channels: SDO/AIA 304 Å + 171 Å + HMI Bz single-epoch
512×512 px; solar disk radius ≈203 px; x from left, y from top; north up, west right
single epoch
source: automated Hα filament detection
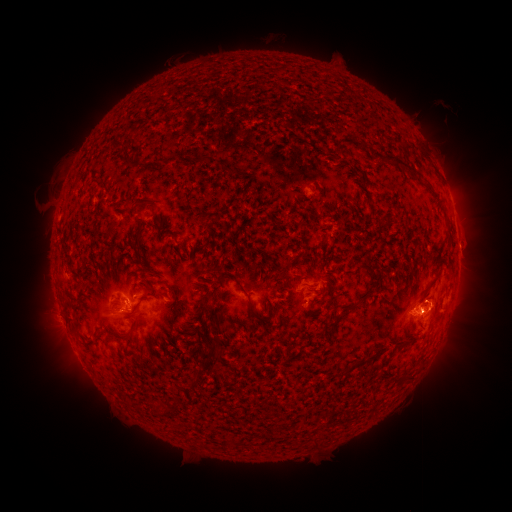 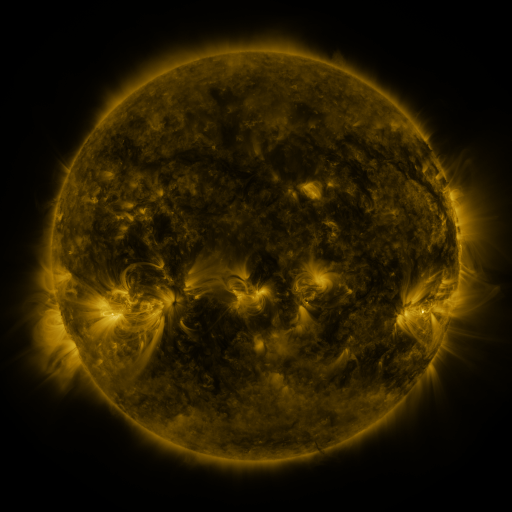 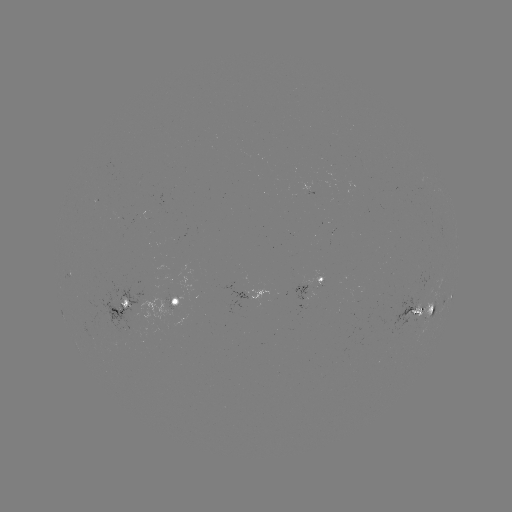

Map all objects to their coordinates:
filament: (256, 105)
filament: (313, 128)
filament: (354, 141)
filament: (118, 147)
filament: (397, 161)
filament: (243, 194)
filament: (144, 203)
filament: (312, 206)
filament: (216, 209)
filament: (281, 212)
filament: (204, 214)
filament: (153, 215)
filament: (339, 215)
filament: (122, 220)
filament: (200, 222)
filament: (315, 226)
filament: (258, 233)
filament: (169, 234)
filament: (130, 236)
filament: (231, 237)
filament: (187, 238)
filament: (116, 241)
filament: (212, 244)
filament: (331, 248)
filament: (127, 252)
filament: (263, 253)
filament: (179, 254)
filament: (148, 260)
filament: (211, 262)
filament: (327, 262)
filament: (142, 265)
filament: (321, 268)
filament: (246, 271)
filament: (160, 276)
filament: (108, 279)
filament: (373, 280)
filament: (354, 287)
filament: (322, 291)
filament: (155, 296)
filament: (201, 297)
filament: (208, 300)
filament: (251, 304)
filament: (222, 306)
filament: (432, 307)
filament: (348, 309)
filament: (199, 315)
filament: (146, 324)
filament: (246, 326)
filament: (190, 327)
filament: (238, 327)
filament: (217, 337)
filament: (333, 338)
filament: (203, 348)
filament: (214, 350)
filament: (186, 355)
filament: (370, 357)
filament: (343, 373)
filament: (203, 375)
filament: (175, 406)
